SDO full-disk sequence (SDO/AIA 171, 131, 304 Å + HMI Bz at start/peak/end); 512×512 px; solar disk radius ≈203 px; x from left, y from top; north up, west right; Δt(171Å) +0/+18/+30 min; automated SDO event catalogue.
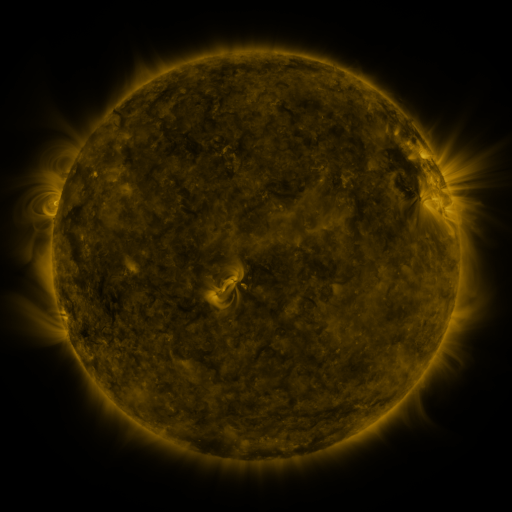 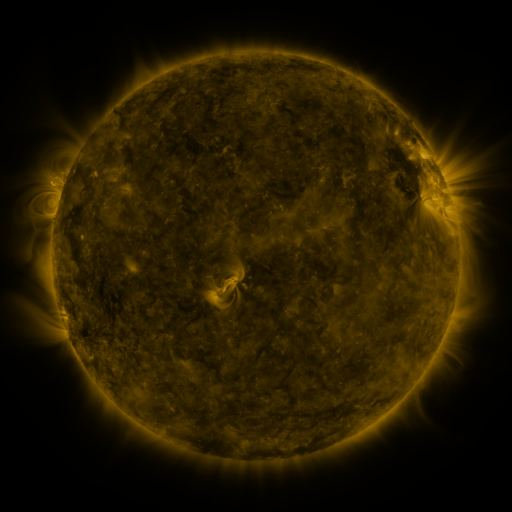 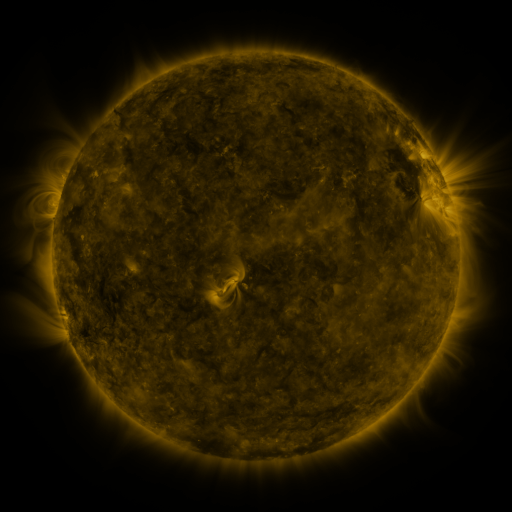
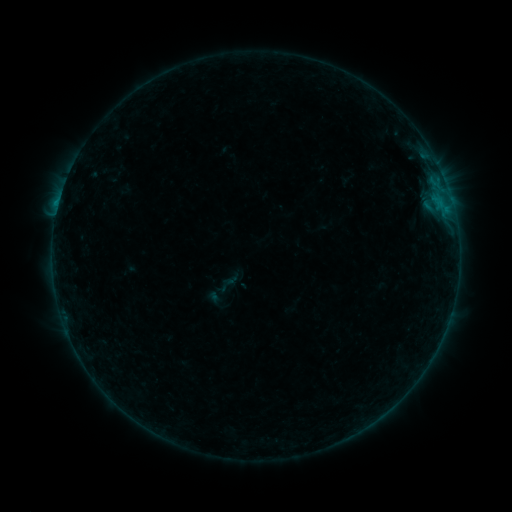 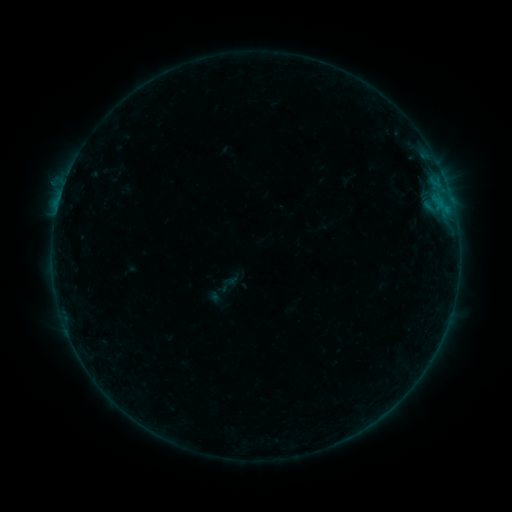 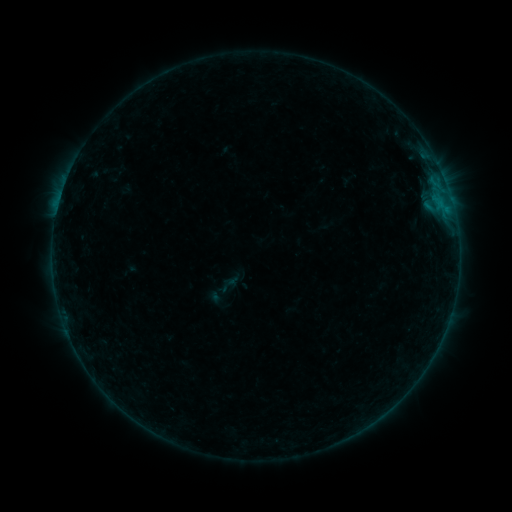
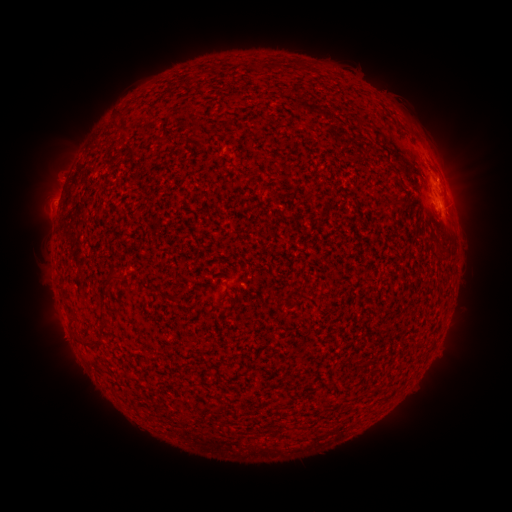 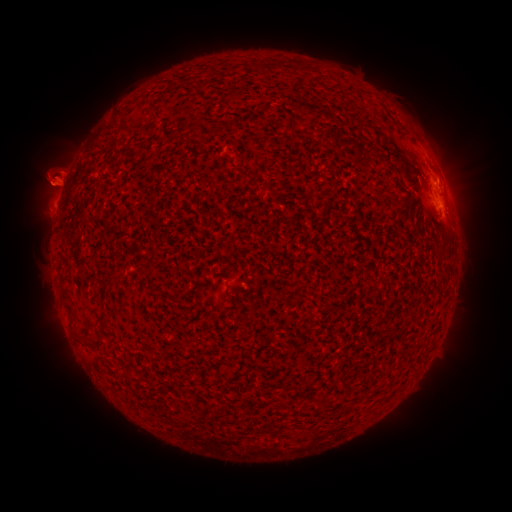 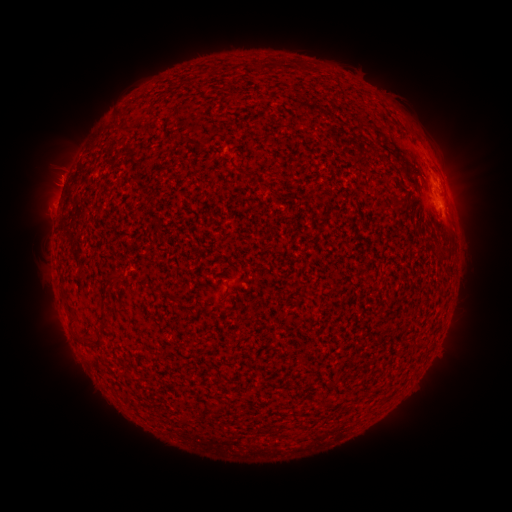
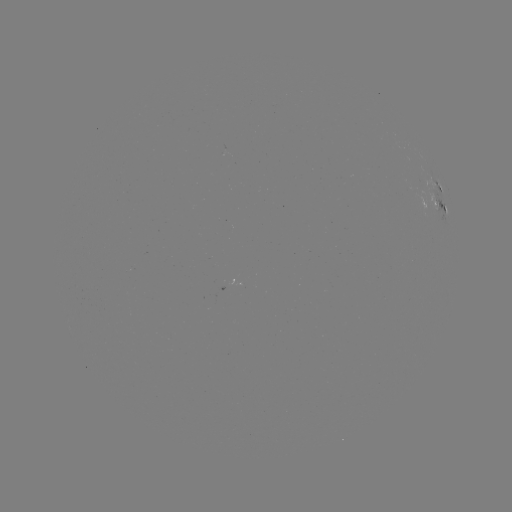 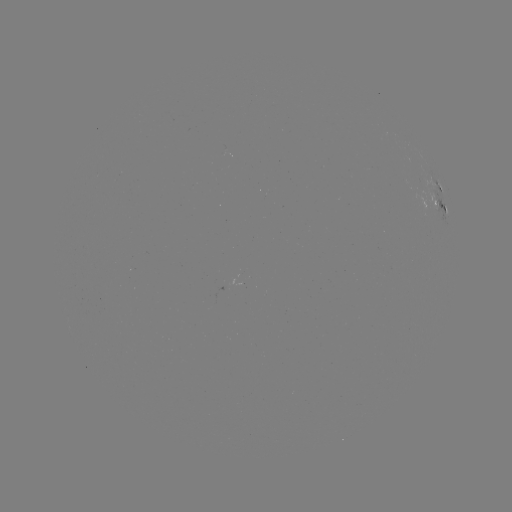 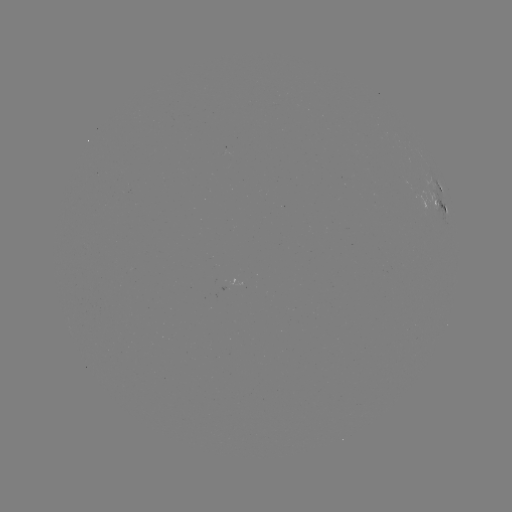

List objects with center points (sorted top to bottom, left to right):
eruption: (52, 178)
